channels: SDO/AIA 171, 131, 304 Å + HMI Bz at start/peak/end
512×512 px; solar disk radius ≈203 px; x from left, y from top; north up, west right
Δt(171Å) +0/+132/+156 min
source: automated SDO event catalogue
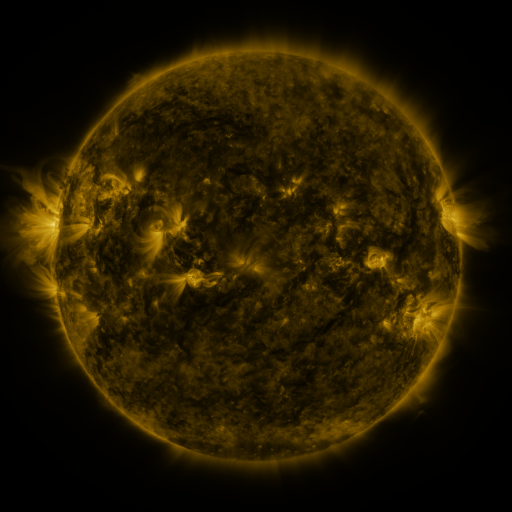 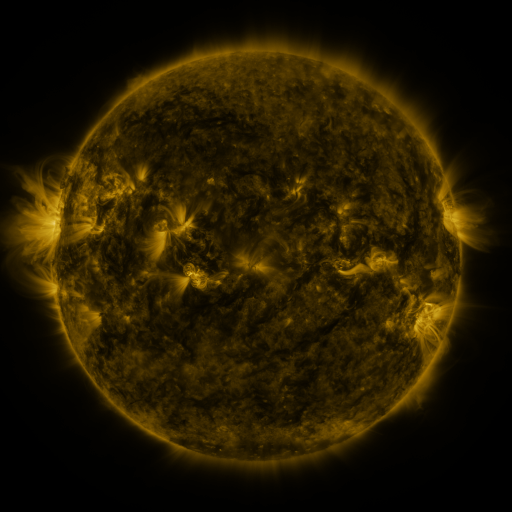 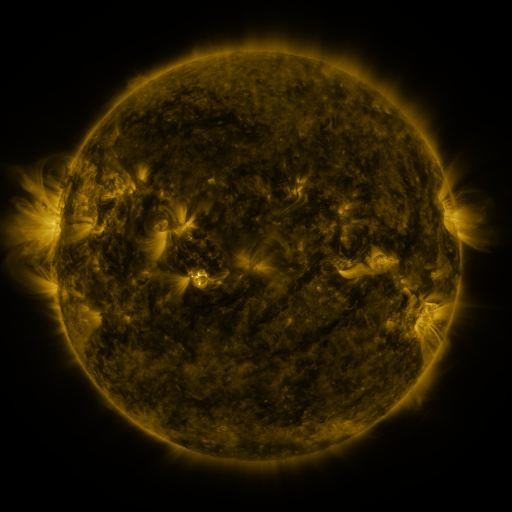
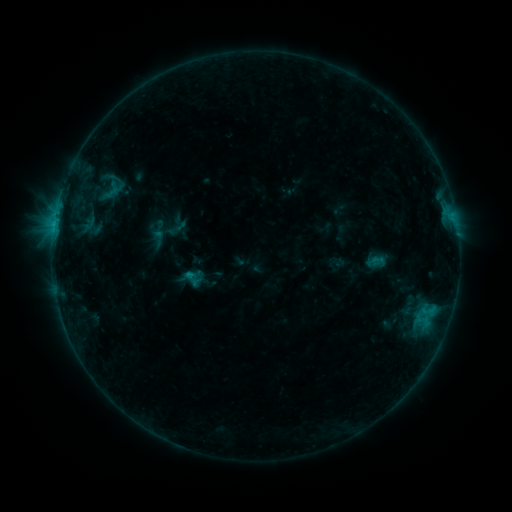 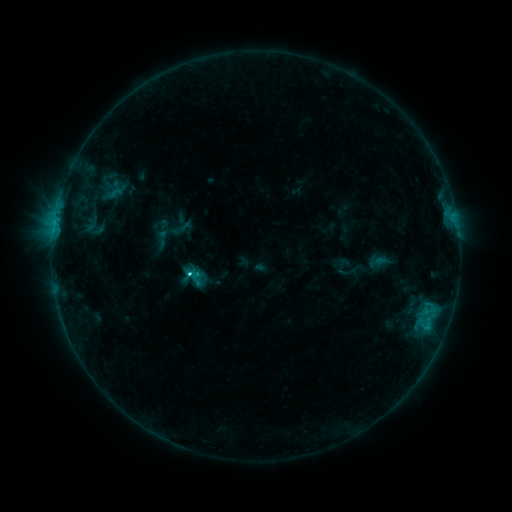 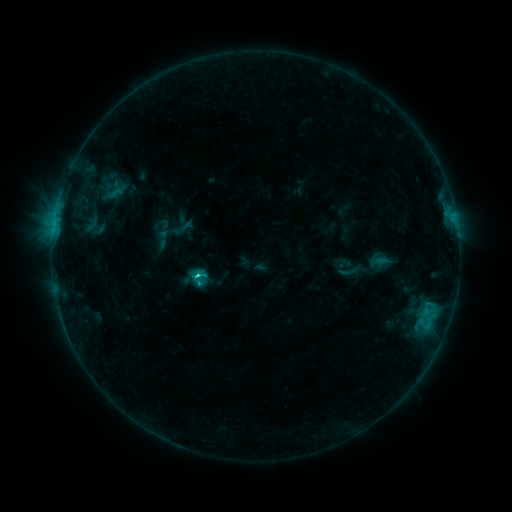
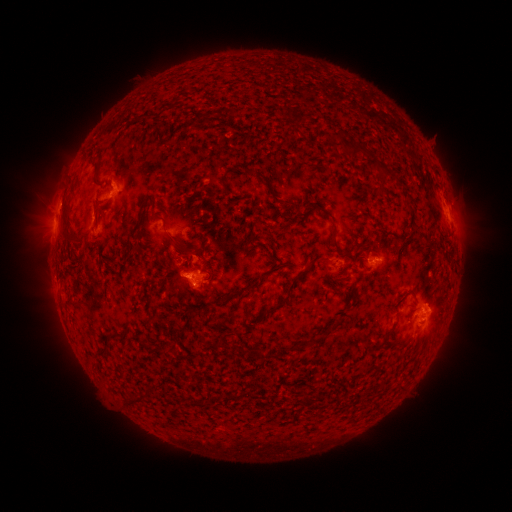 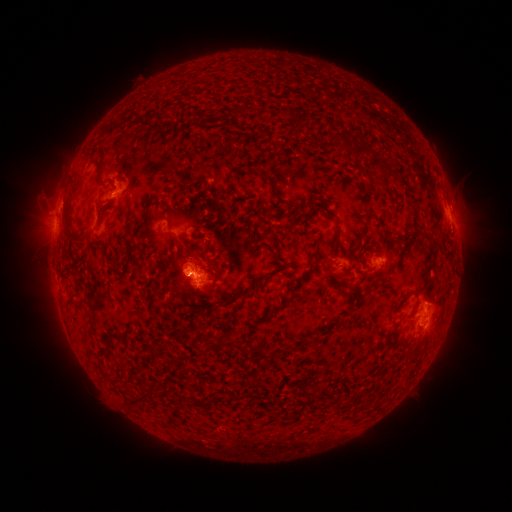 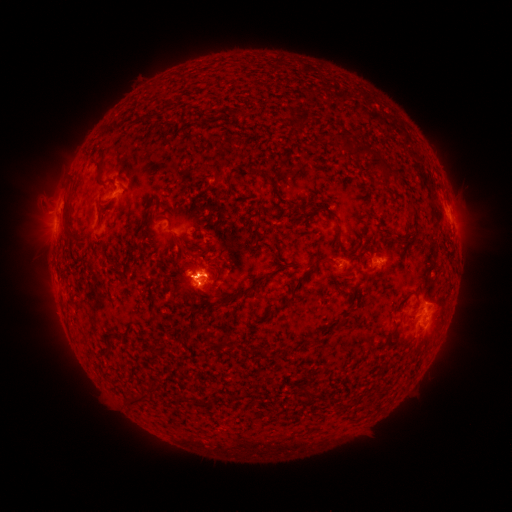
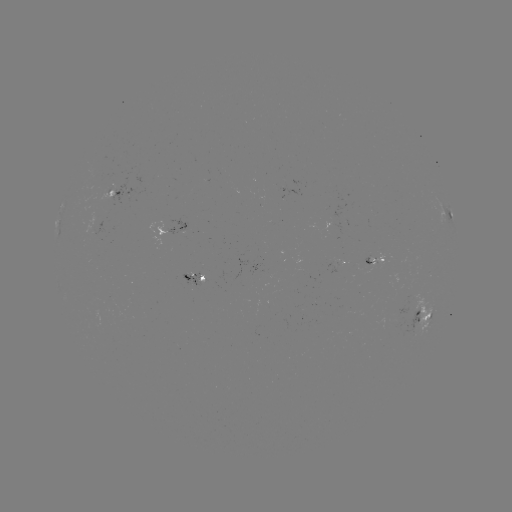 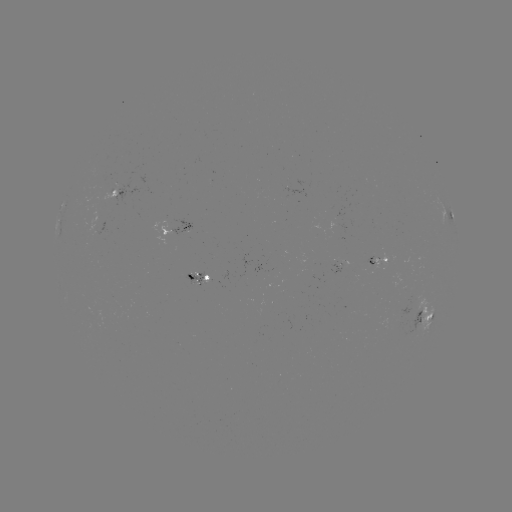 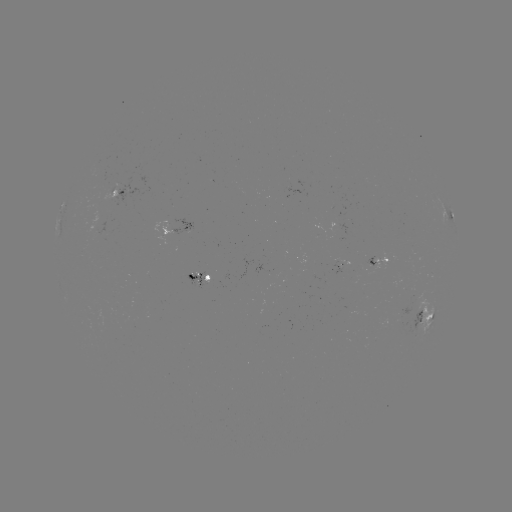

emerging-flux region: [183, 273, 204, 290]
